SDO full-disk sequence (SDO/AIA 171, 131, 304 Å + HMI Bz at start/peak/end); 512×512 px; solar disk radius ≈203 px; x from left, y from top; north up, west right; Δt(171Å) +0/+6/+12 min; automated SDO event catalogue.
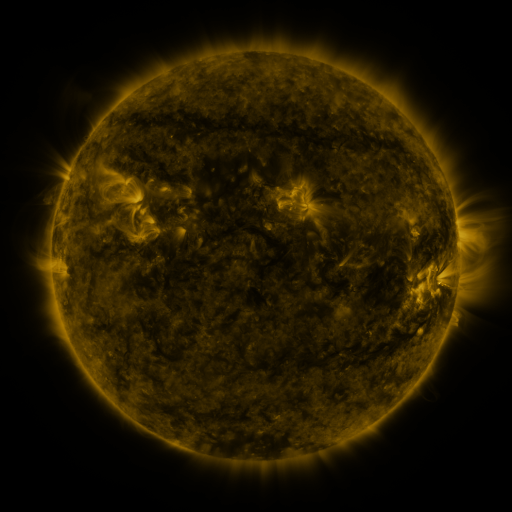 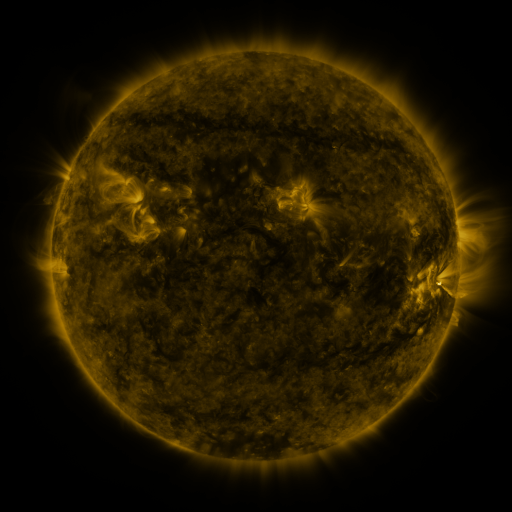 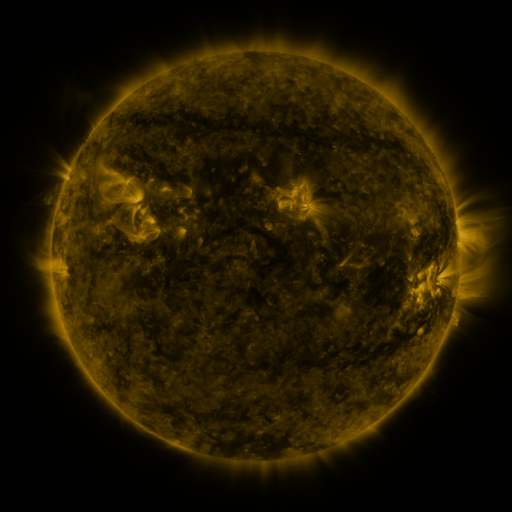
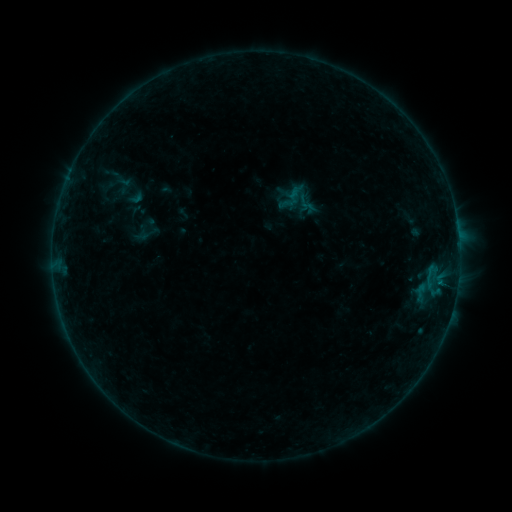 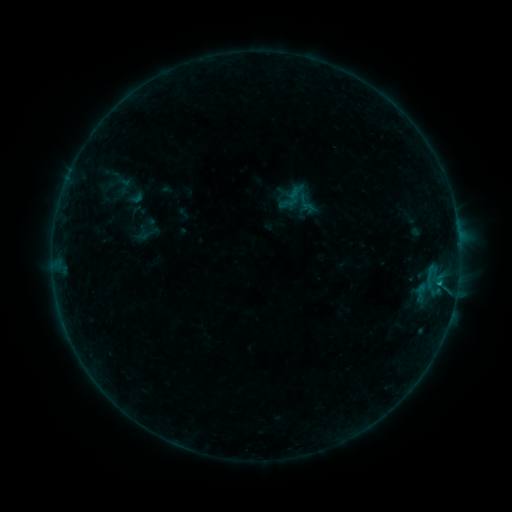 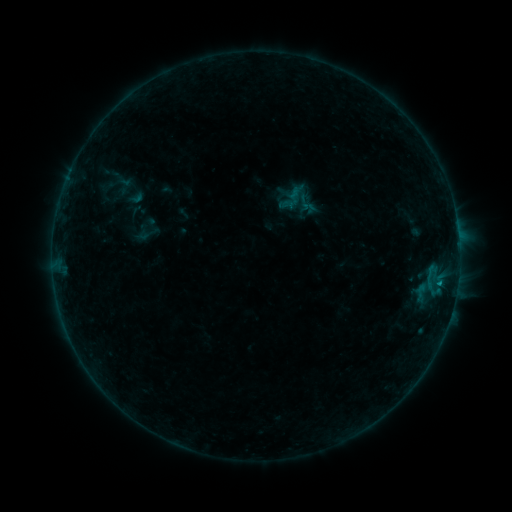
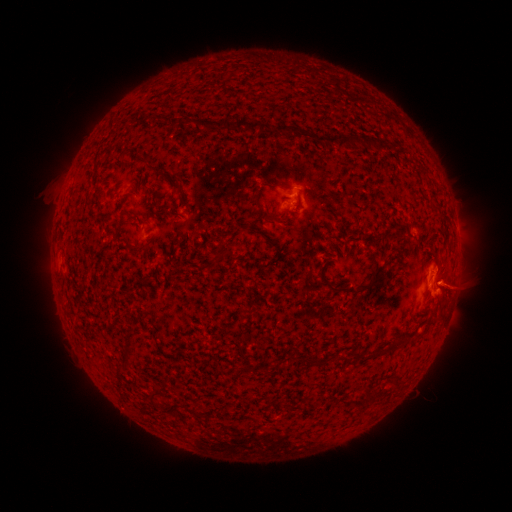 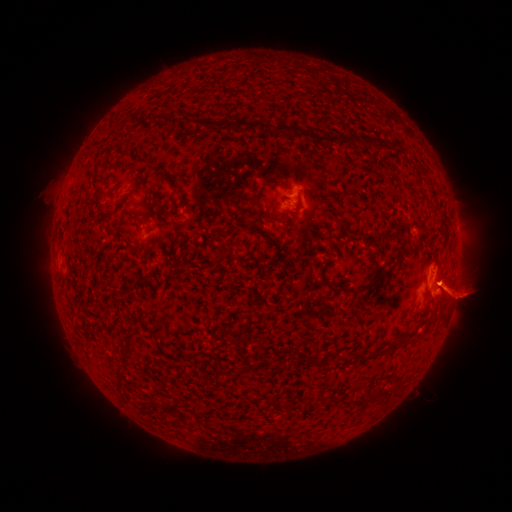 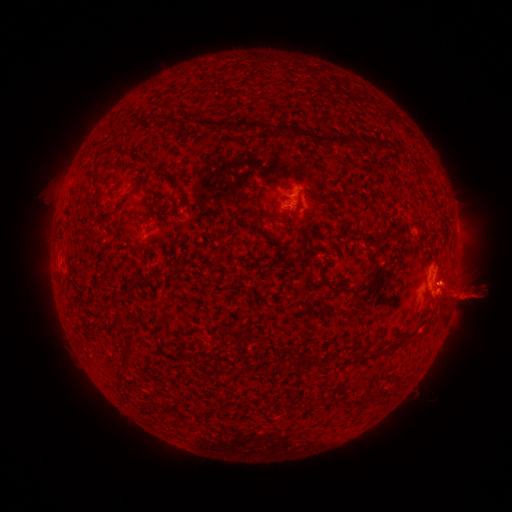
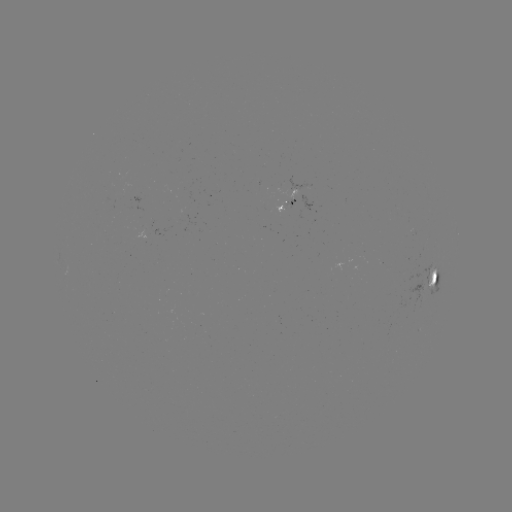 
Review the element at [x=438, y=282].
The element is B3.8 flare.